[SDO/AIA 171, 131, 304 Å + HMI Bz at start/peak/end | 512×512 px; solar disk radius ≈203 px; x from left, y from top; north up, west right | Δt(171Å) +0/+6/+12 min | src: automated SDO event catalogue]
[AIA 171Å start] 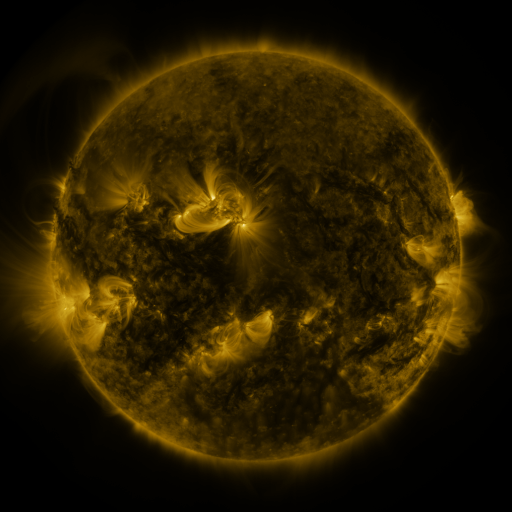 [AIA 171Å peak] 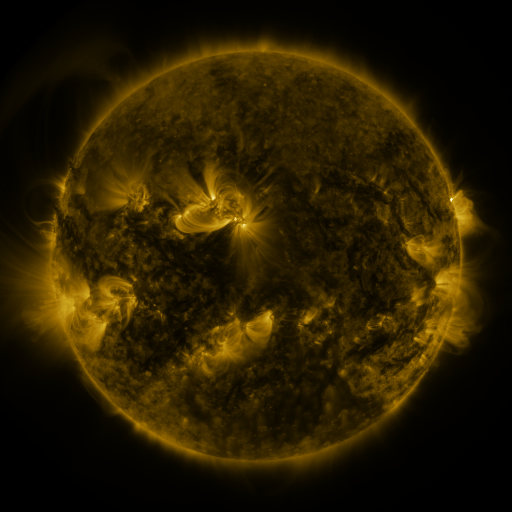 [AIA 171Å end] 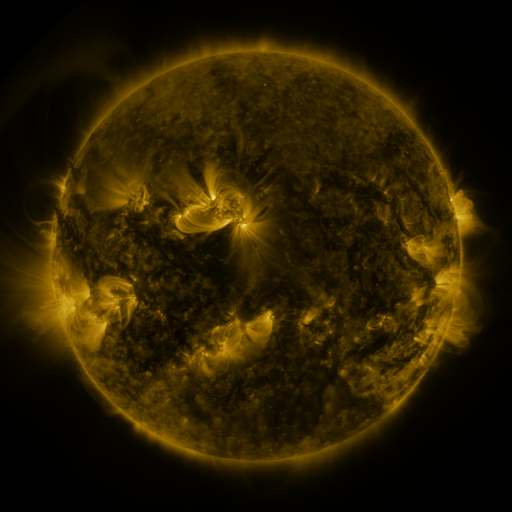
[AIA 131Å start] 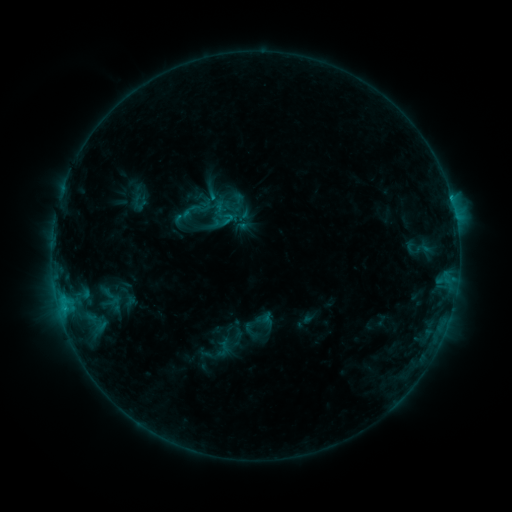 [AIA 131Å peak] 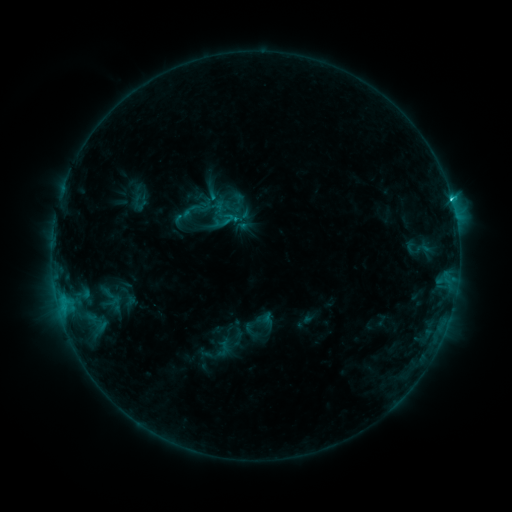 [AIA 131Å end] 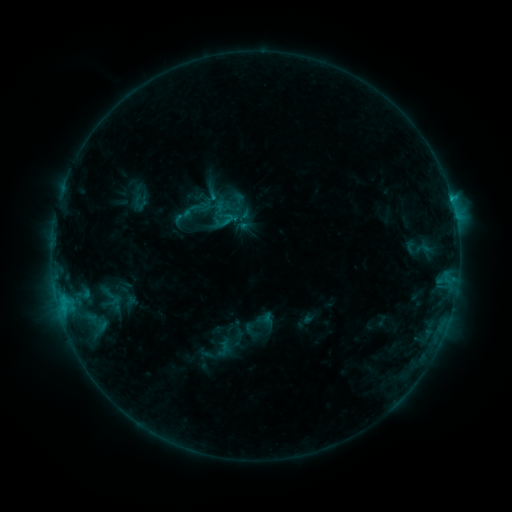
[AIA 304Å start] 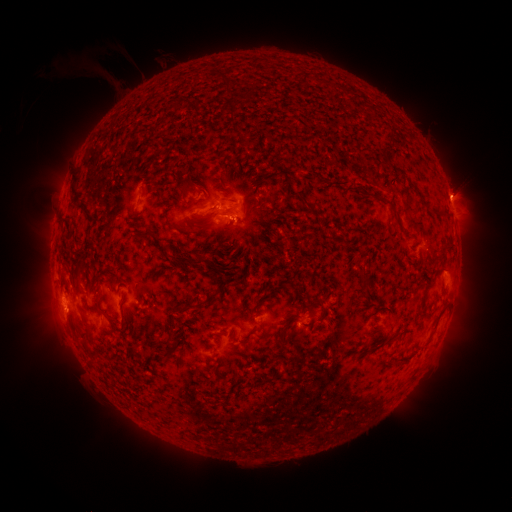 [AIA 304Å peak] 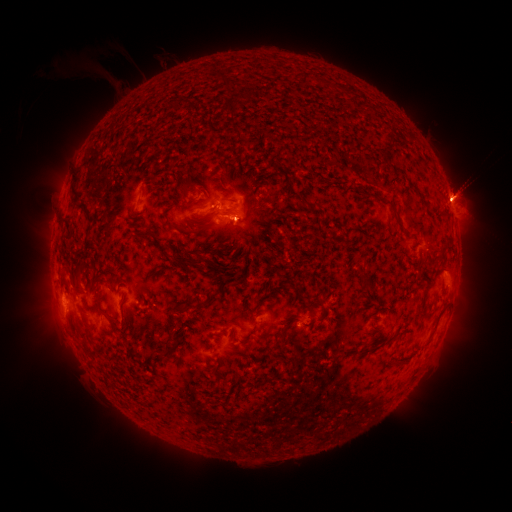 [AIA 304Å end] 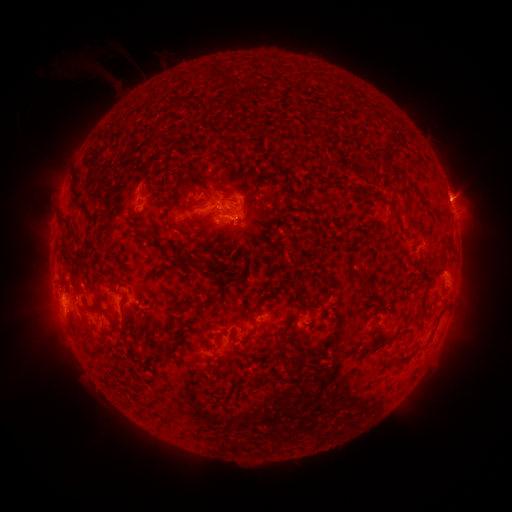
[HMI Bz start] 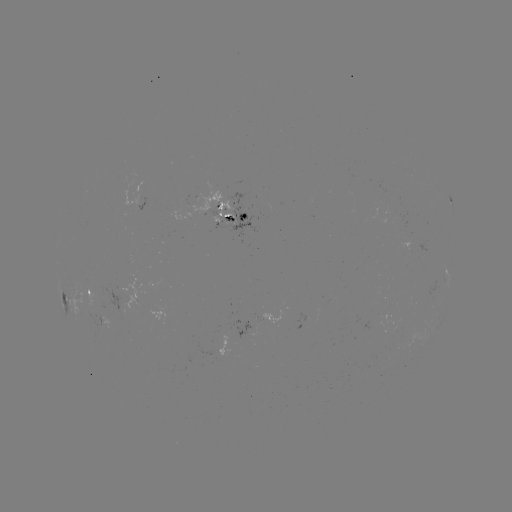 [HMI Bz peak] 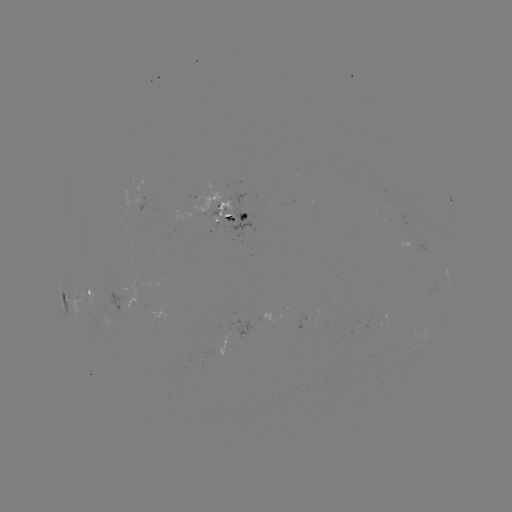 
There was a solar flare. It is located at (452, 203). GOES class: C1.6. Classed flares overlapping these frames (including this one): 1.